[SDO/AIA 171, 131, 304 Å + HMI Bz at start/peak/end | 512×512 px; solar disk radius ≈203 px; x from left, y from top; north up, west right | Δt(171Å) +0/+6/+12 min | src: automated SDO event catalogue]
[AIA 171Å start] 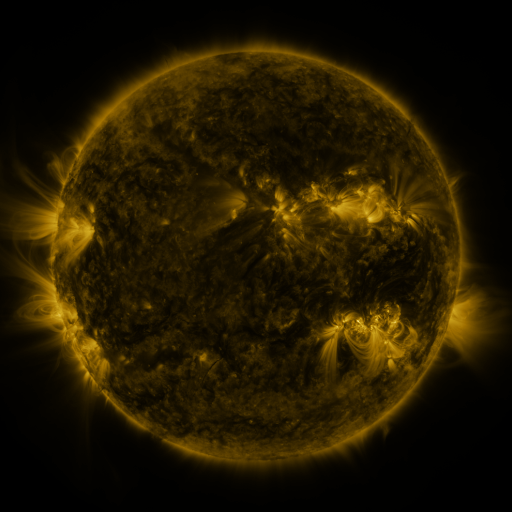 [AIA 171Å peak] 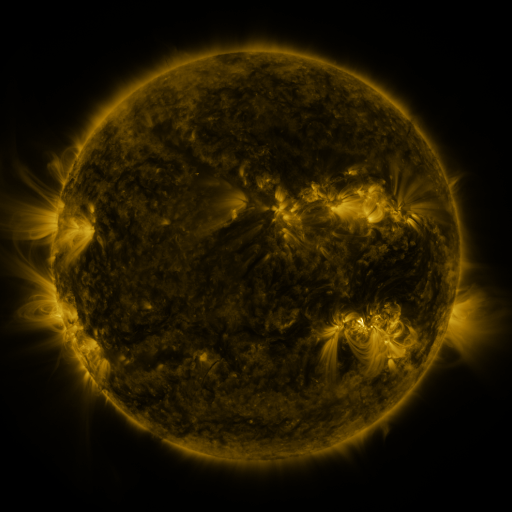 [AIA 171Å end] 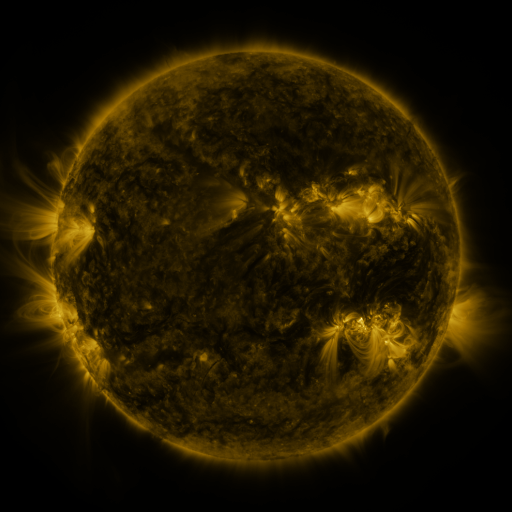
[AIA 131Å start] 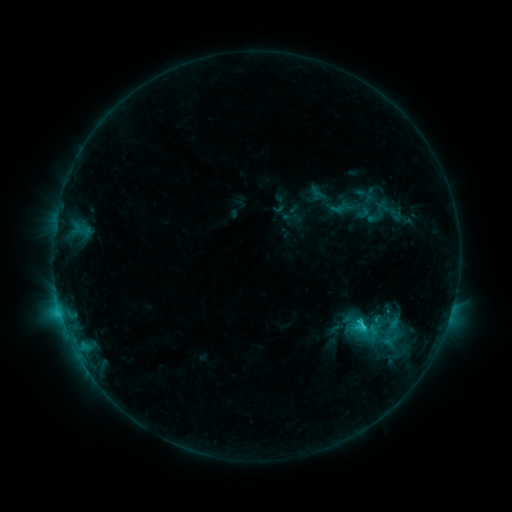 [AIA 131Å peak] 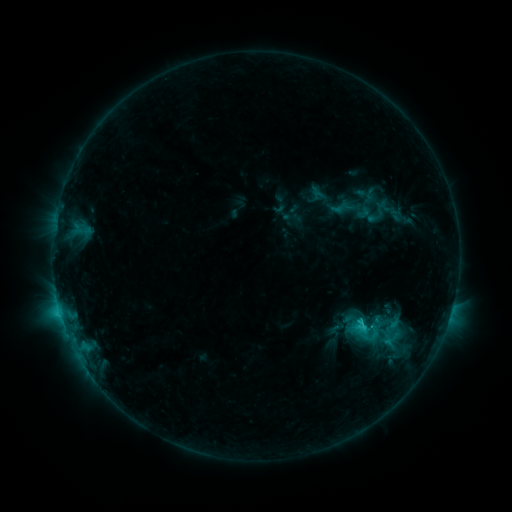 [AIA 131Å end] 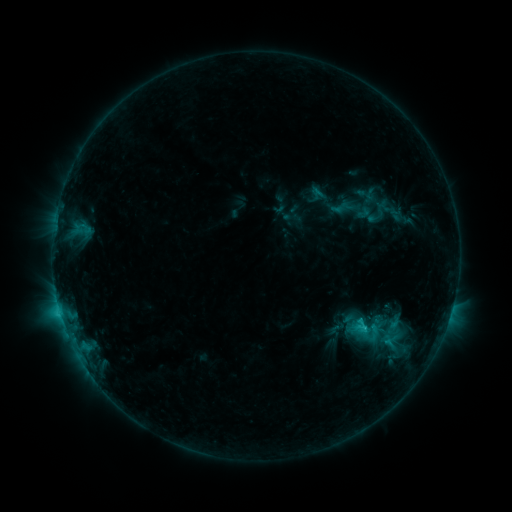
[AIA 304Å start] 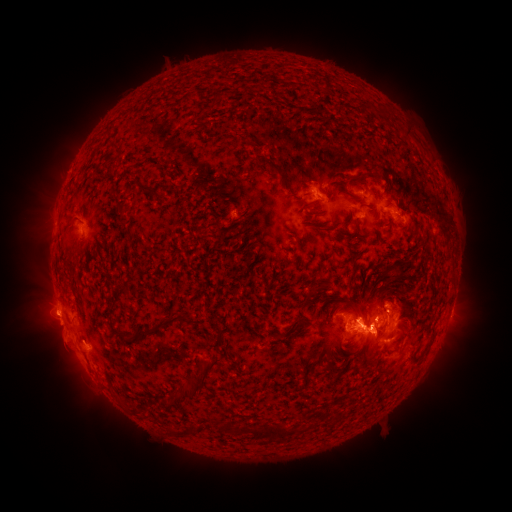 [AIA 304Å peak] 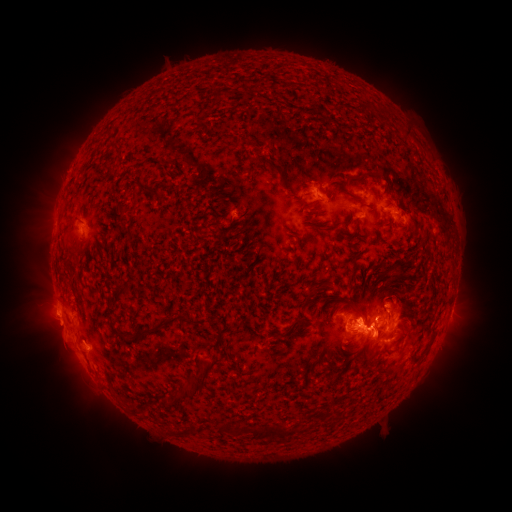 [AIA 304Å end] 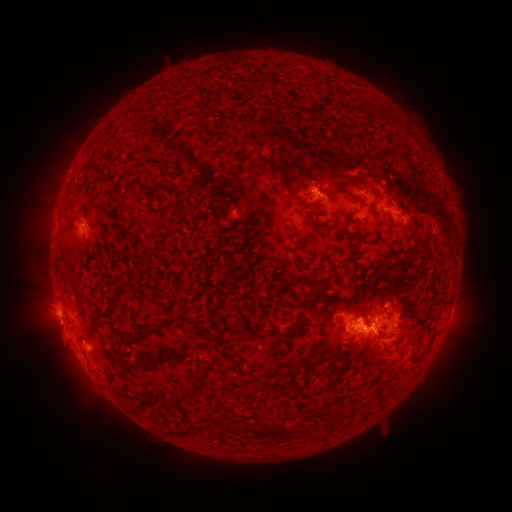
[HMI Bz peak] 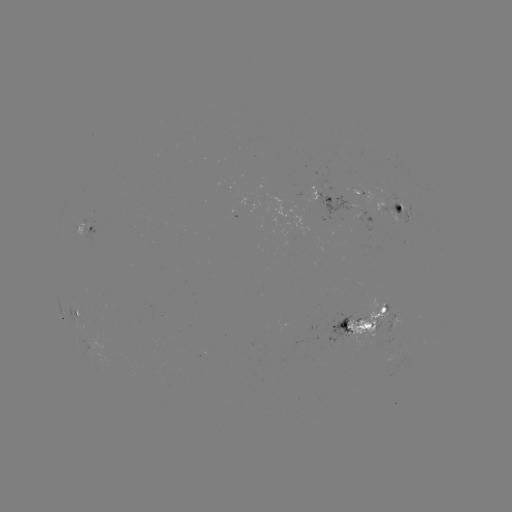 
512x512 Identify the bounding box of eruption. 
[404, 322, 475, 404].